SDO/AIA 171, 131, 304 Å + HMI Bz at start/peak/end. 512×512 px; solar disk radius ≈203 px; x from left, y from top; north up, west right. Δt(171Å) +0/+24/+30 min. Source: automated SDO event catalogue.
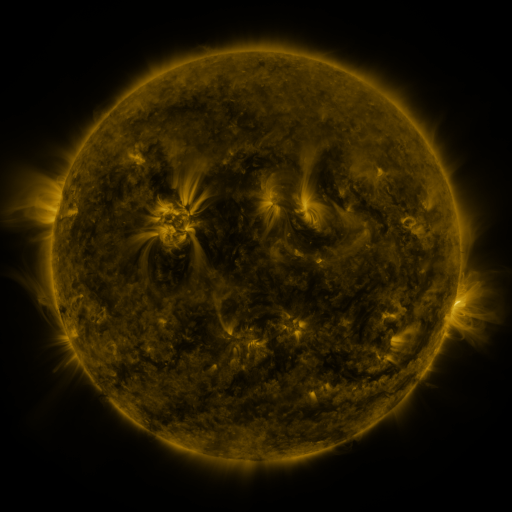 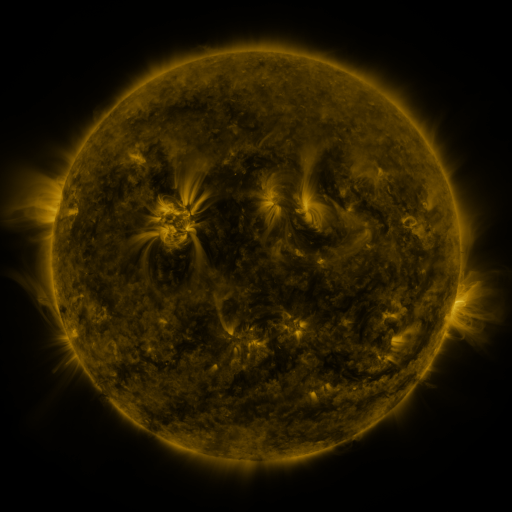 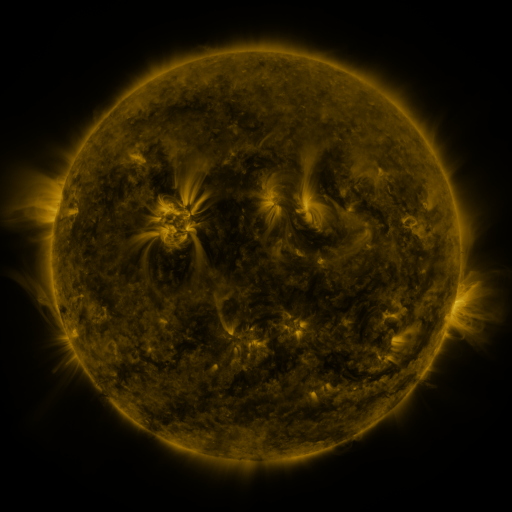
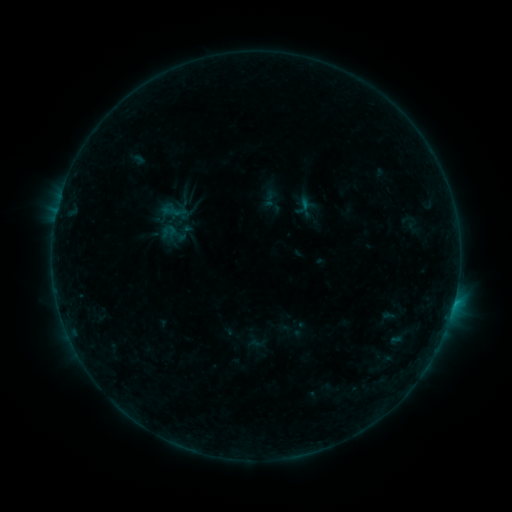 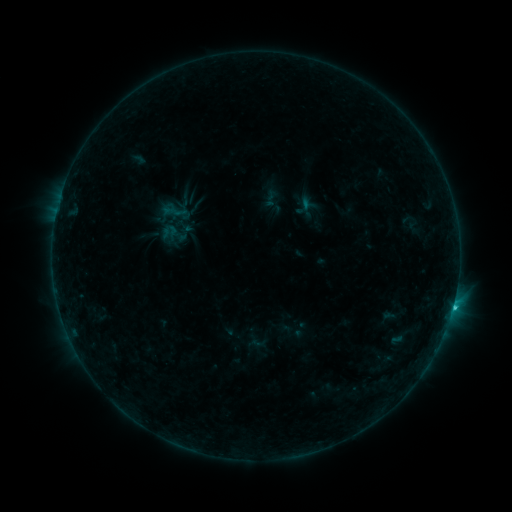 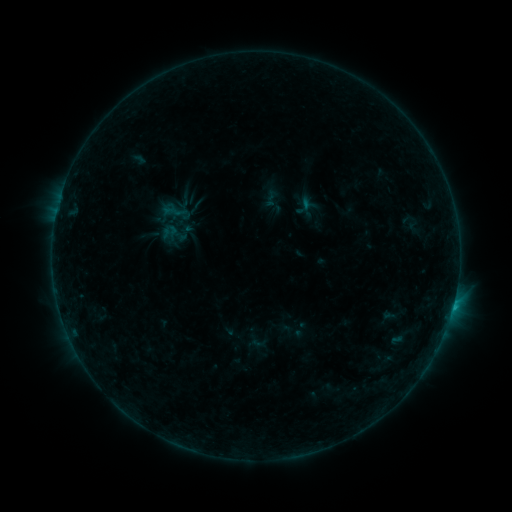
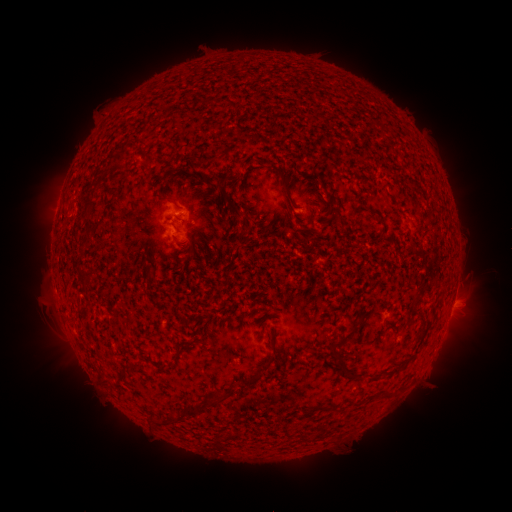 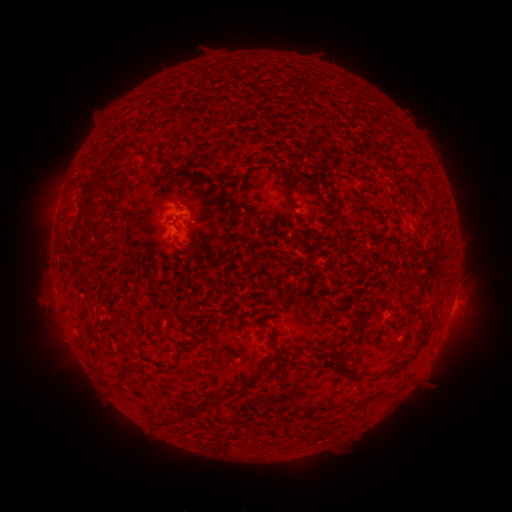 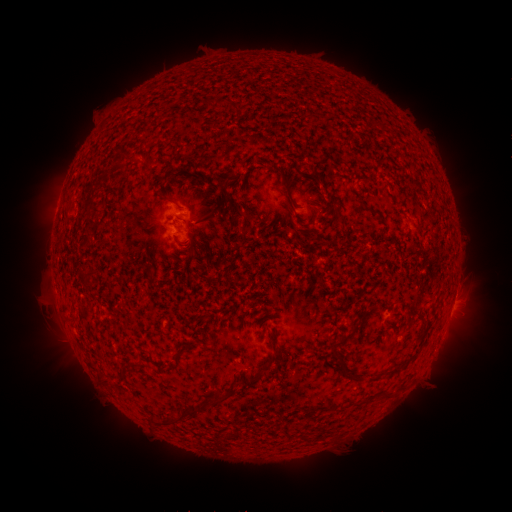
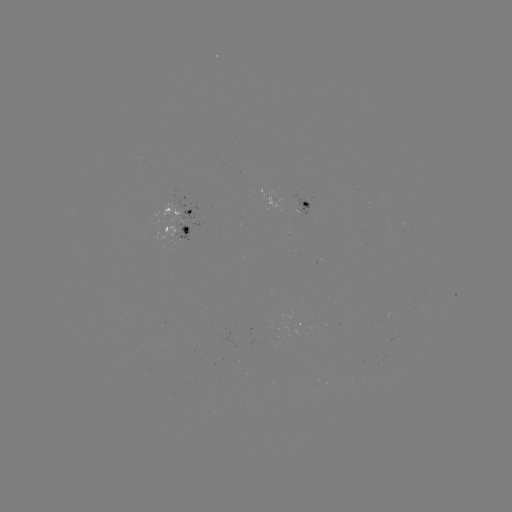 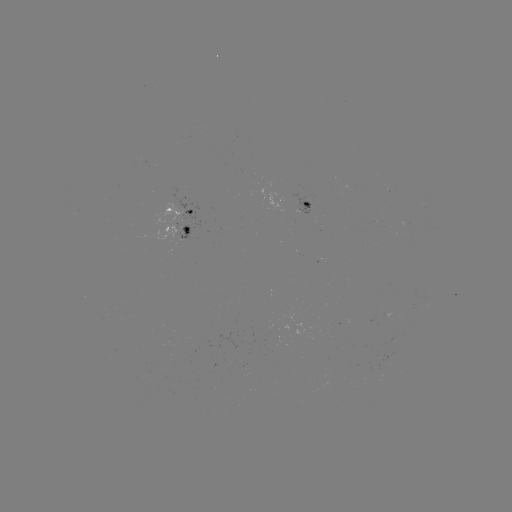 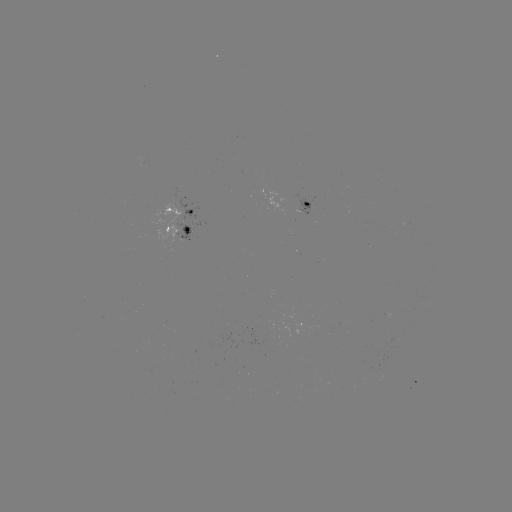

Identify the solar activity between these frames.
B9.4 flare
